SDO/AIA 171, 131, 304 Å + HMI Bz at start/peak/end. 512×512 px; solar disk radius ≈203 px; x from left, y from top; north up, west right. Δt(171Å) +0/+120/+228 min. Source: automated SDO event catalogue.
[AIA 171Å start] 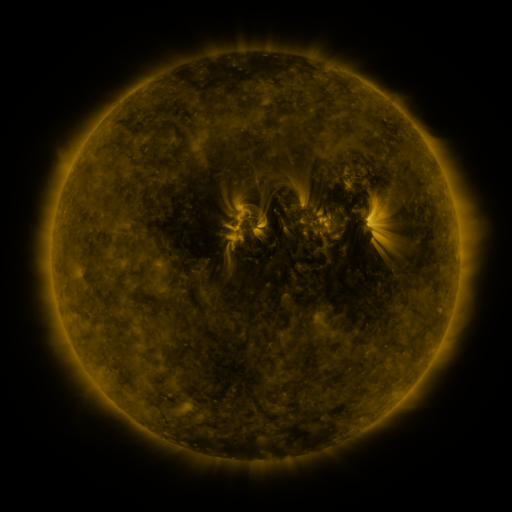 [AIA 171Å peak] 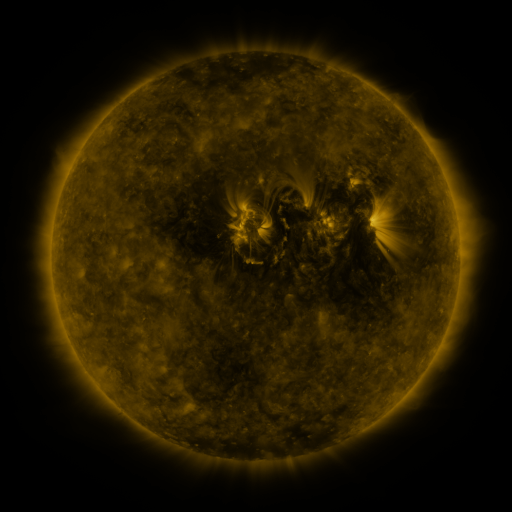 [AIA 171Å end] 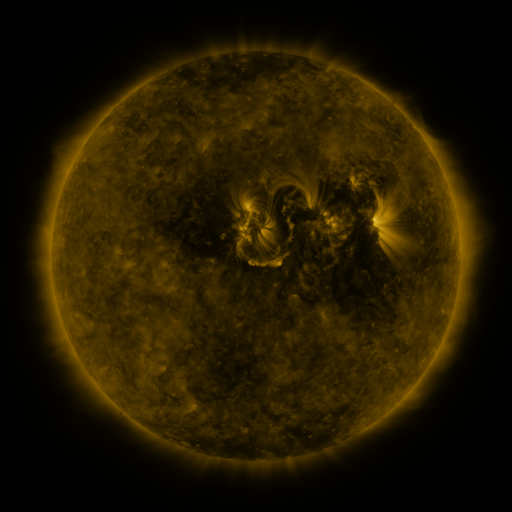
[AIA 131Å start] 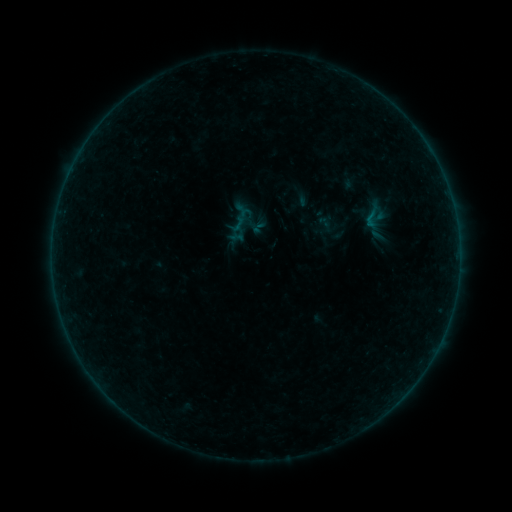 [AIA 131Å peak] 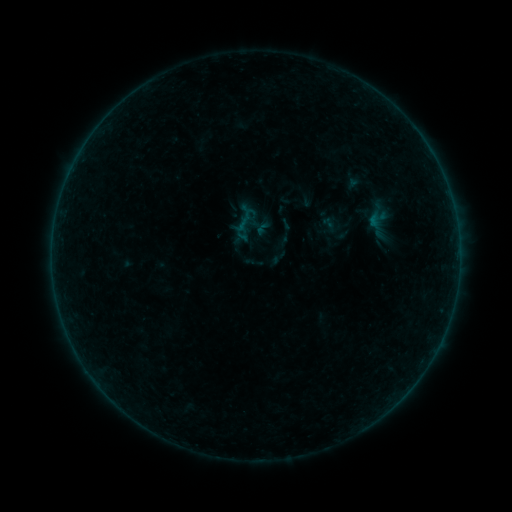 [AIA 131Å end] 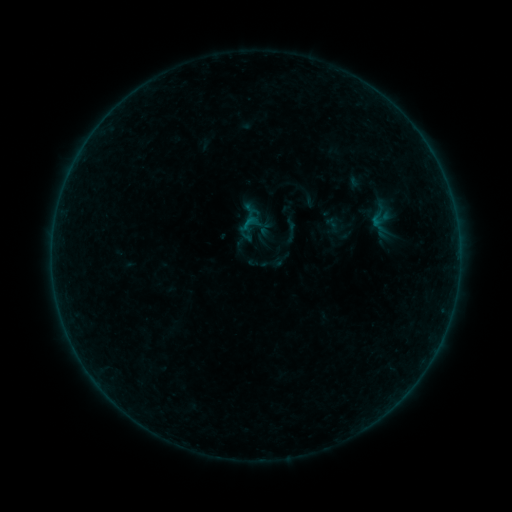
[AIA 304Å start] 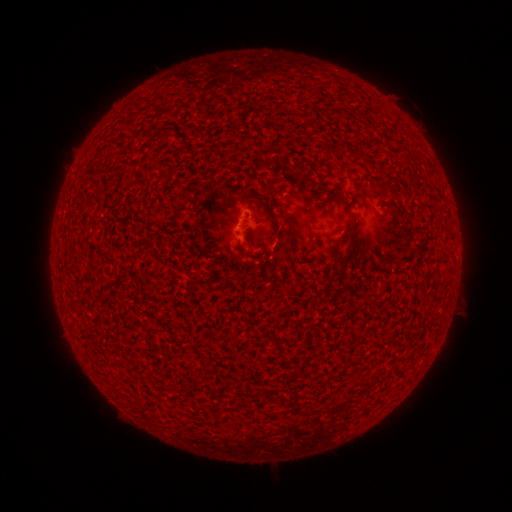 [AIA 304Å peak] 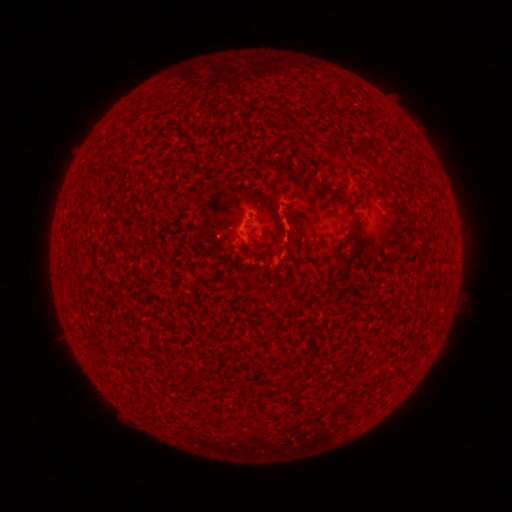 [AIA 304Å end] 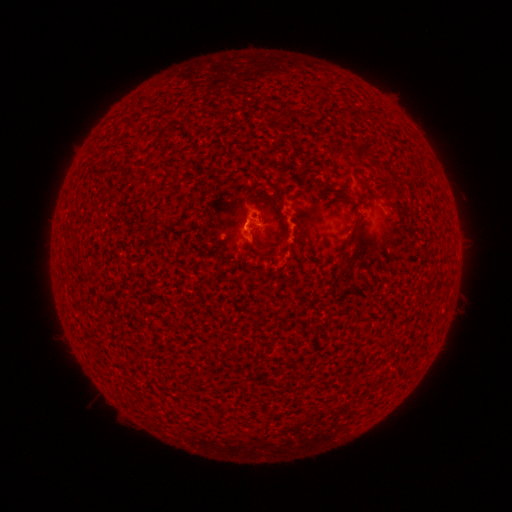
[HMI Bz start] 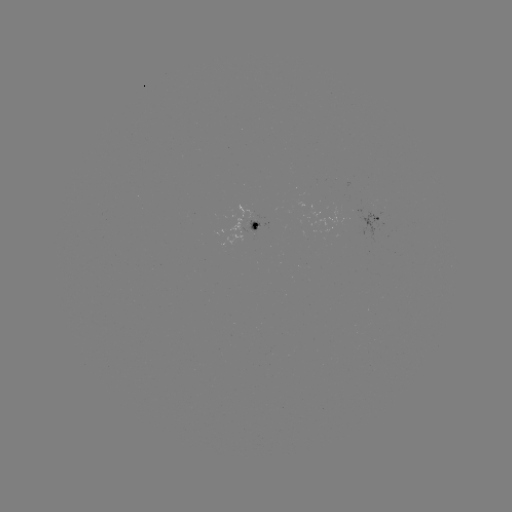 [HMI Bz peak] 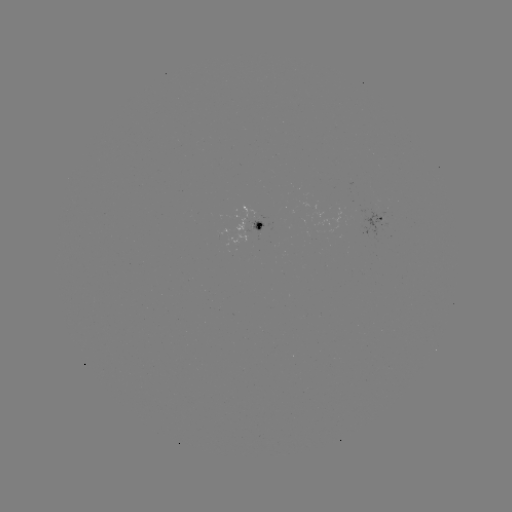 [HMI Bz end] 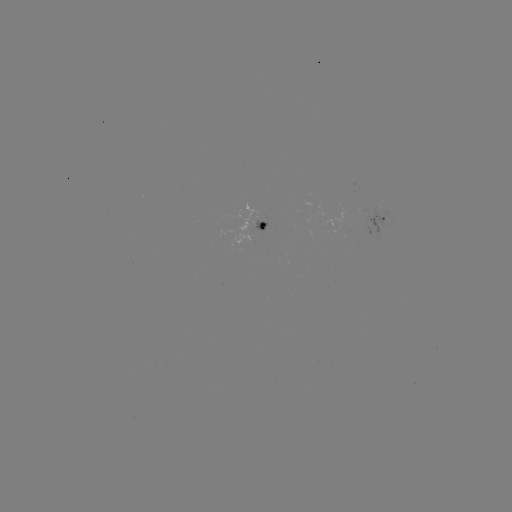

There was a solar flare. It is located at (280, 238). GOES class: B2.2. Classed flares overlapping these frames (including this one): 3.